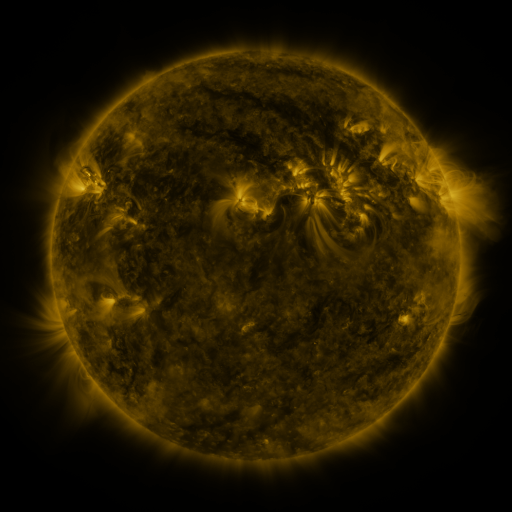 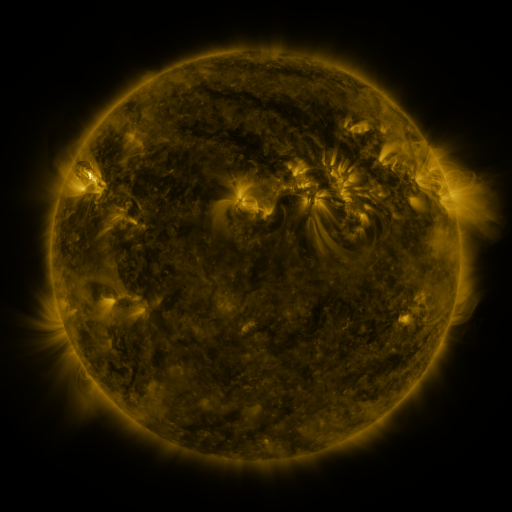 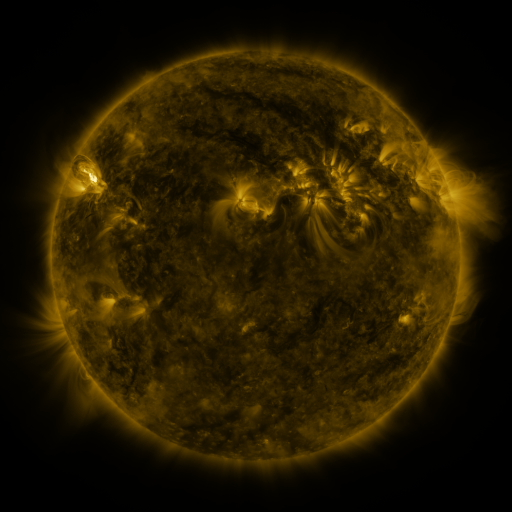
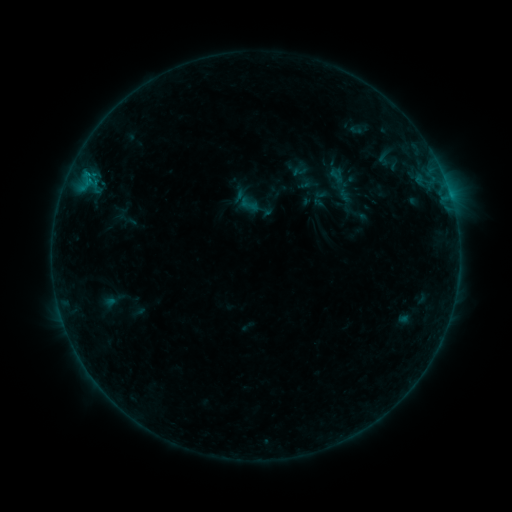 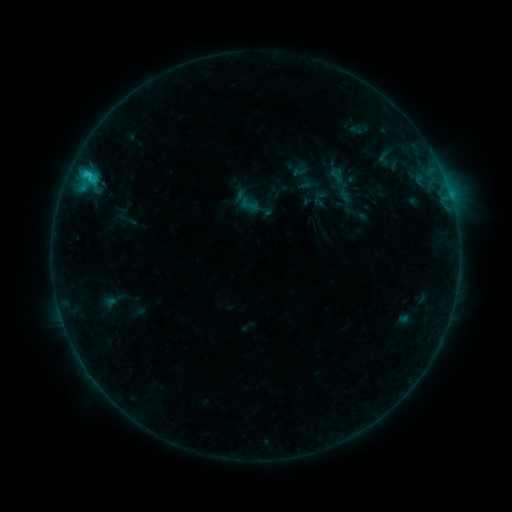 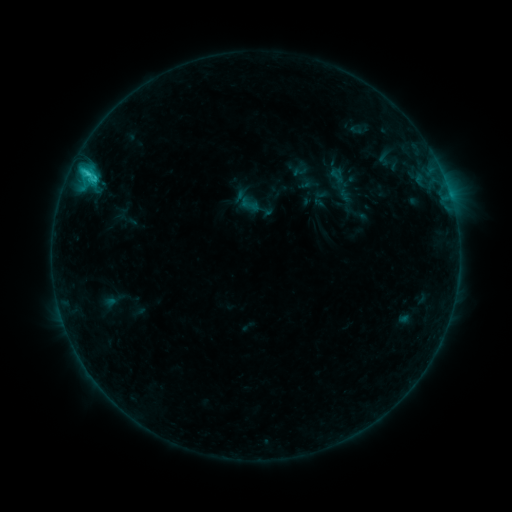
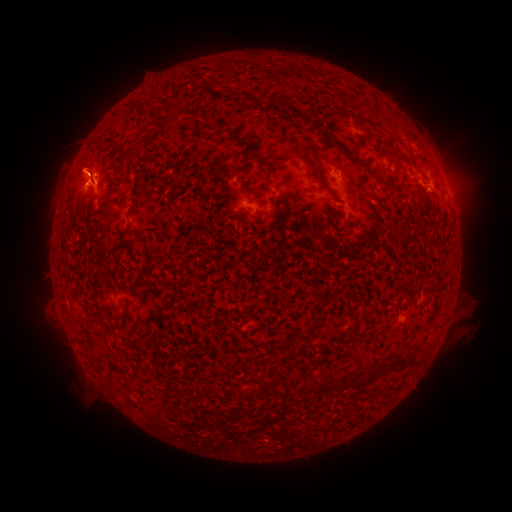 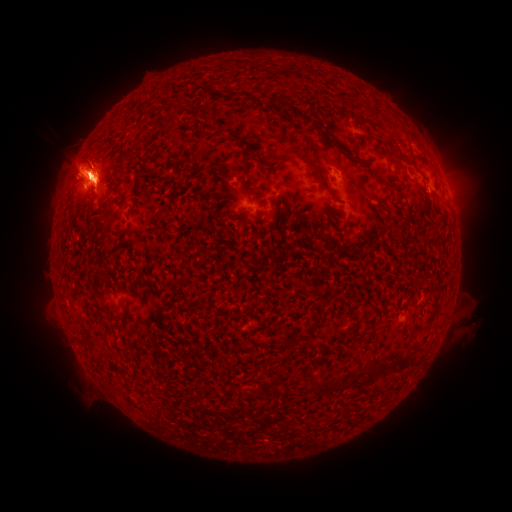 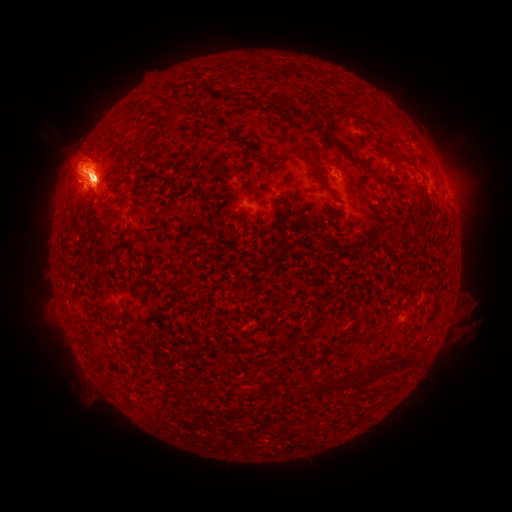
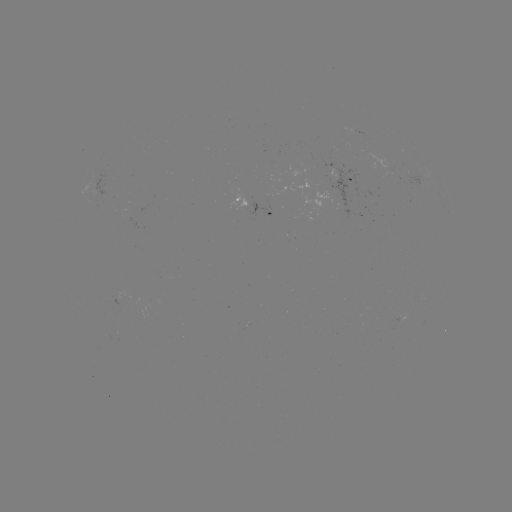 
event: eruption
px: (483, 168)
